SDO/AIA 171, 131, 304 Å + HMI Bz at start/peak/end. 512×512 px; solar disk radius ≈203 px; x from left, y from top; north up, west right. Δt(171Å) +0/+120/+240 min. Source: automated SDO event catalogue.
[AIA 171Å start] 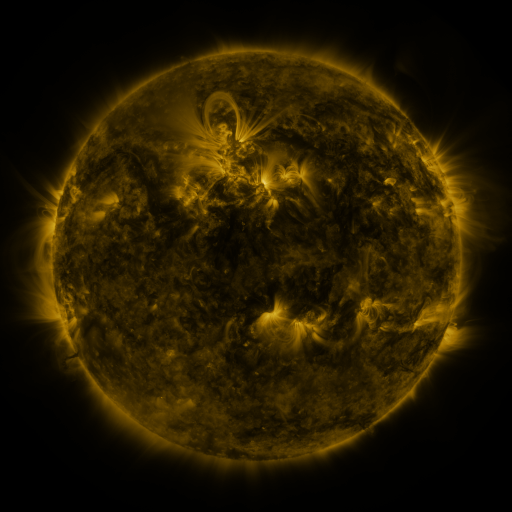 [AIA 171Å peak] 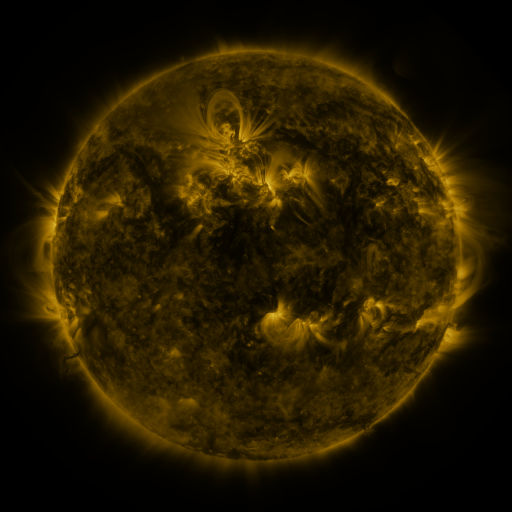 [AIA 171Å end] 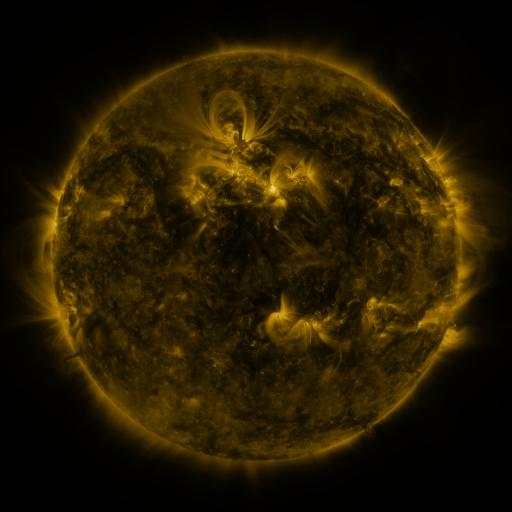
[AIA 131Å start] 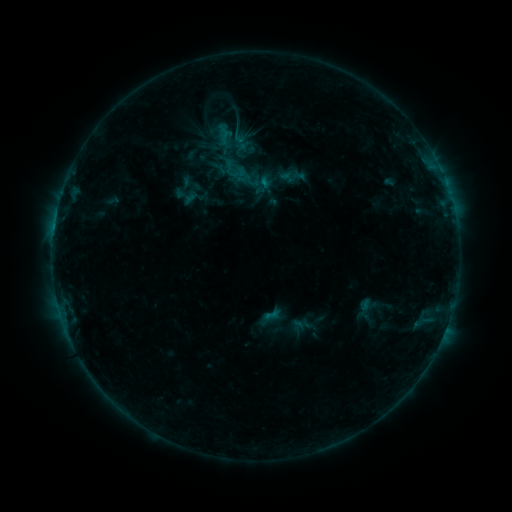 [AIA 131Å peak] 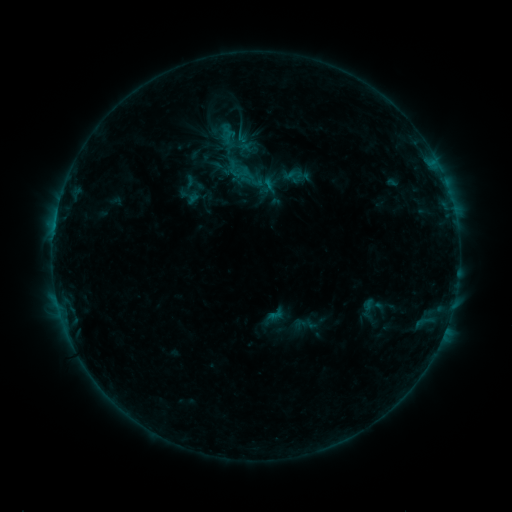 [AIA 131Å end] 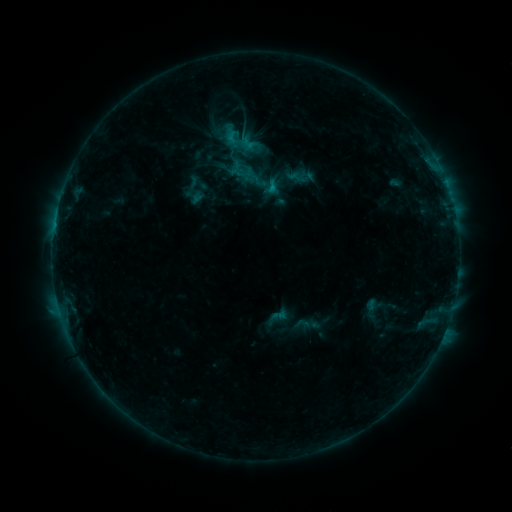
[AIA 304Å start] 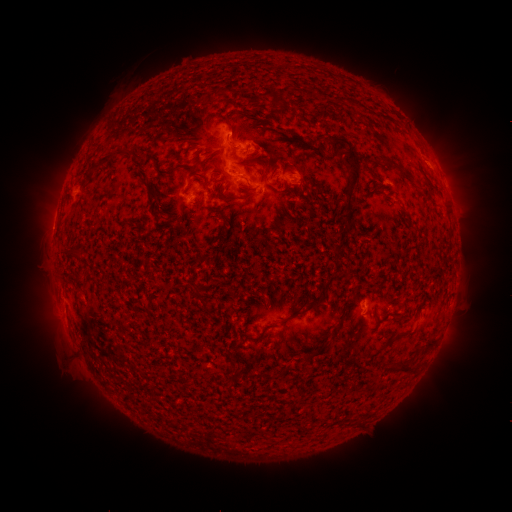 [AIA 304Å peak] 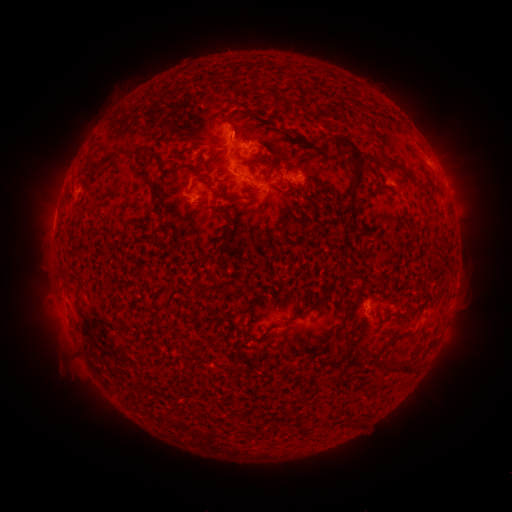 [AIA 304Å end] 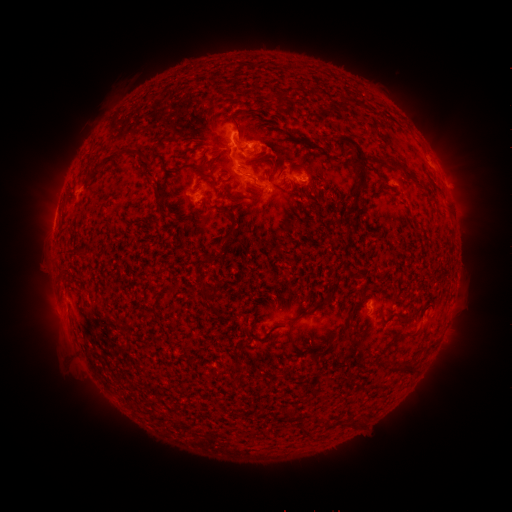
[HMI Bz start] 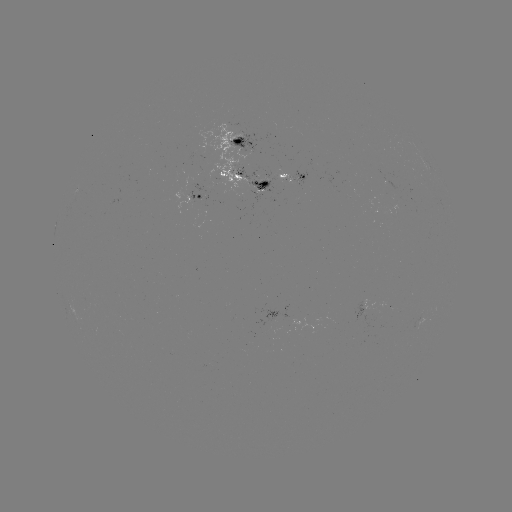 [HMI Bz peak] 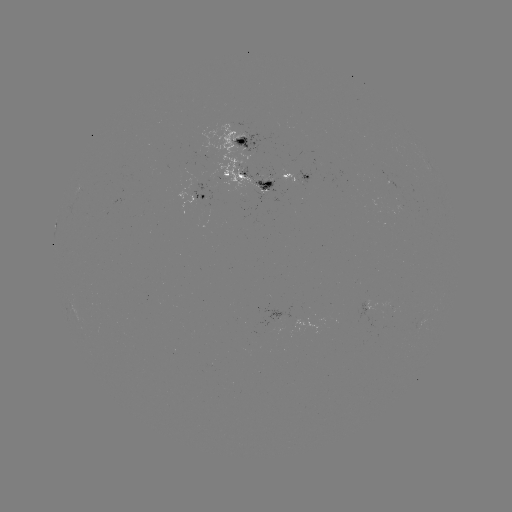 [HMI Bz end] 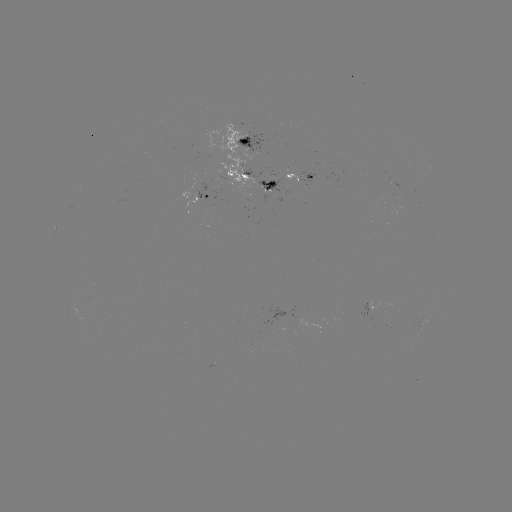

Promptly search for filament eruption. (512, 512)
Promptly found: [460, 149].